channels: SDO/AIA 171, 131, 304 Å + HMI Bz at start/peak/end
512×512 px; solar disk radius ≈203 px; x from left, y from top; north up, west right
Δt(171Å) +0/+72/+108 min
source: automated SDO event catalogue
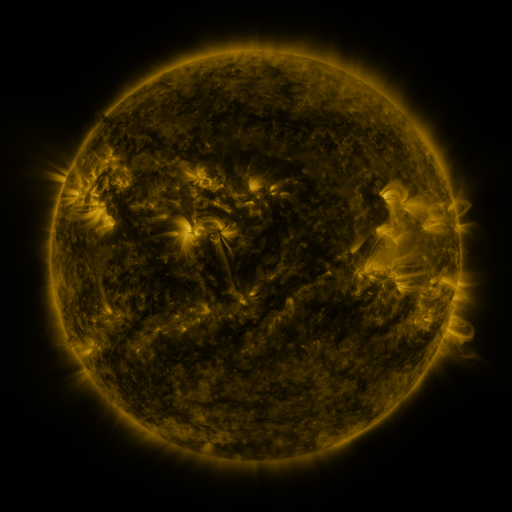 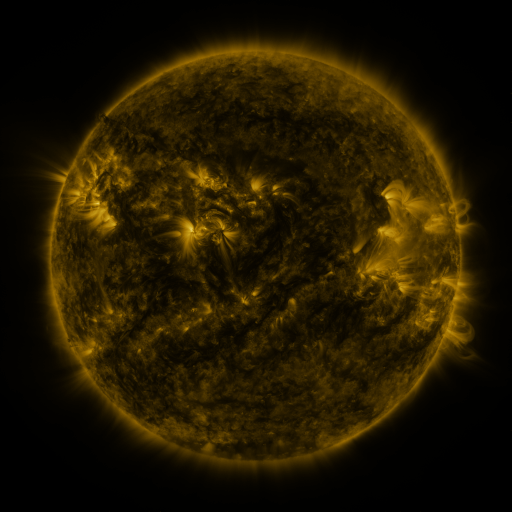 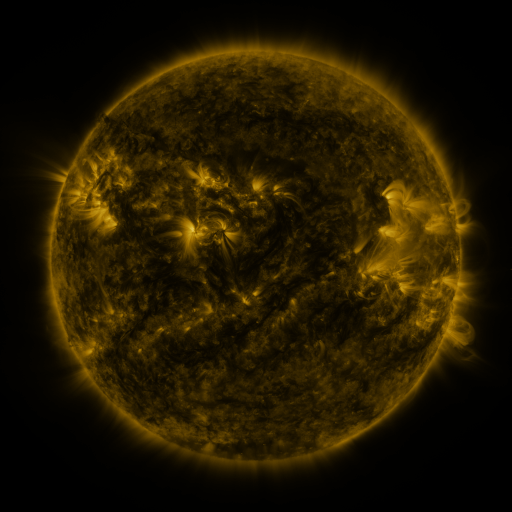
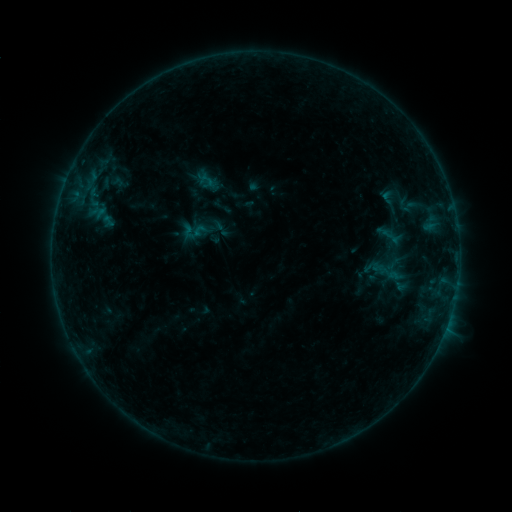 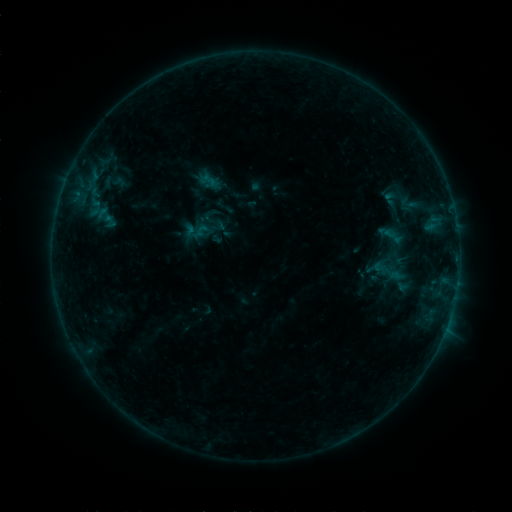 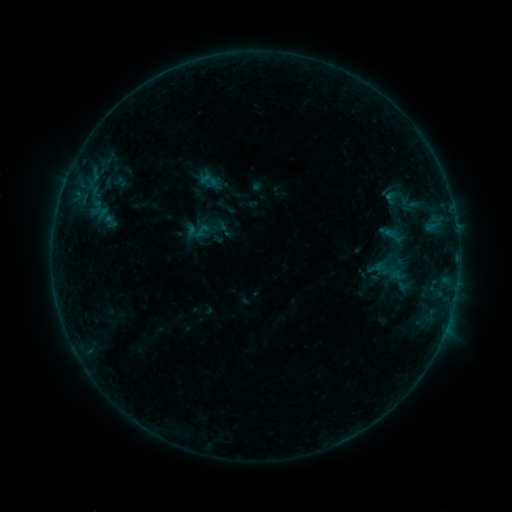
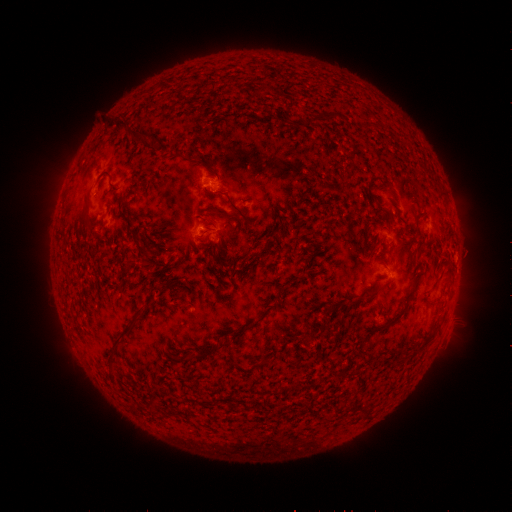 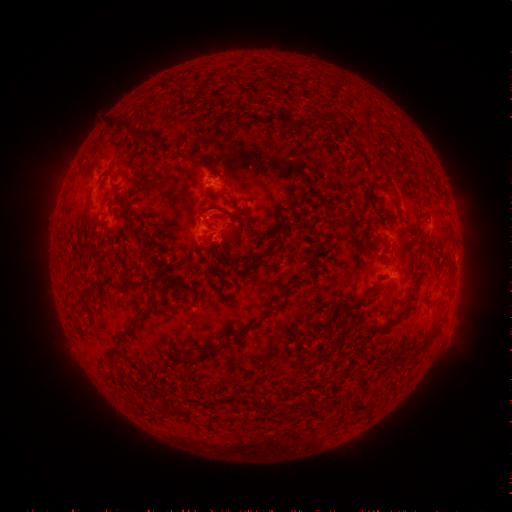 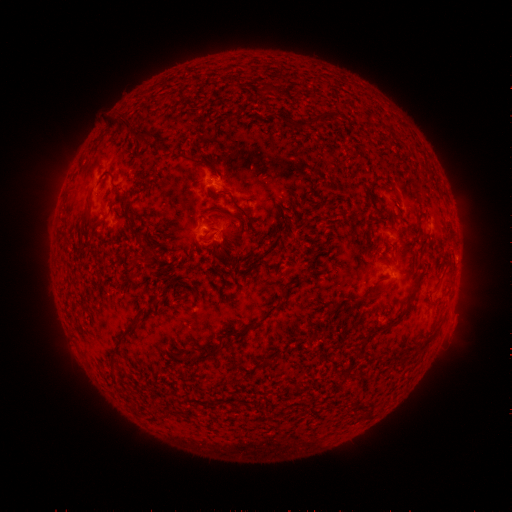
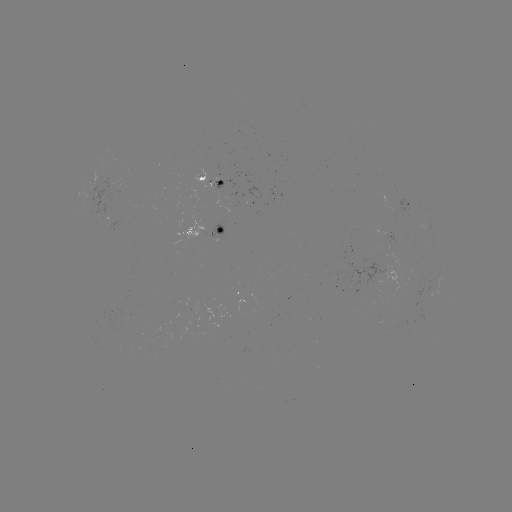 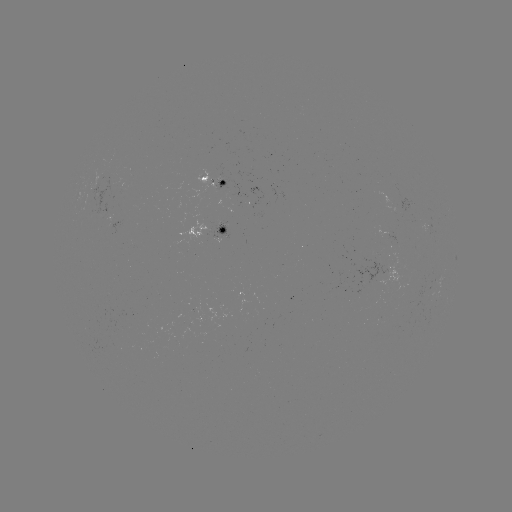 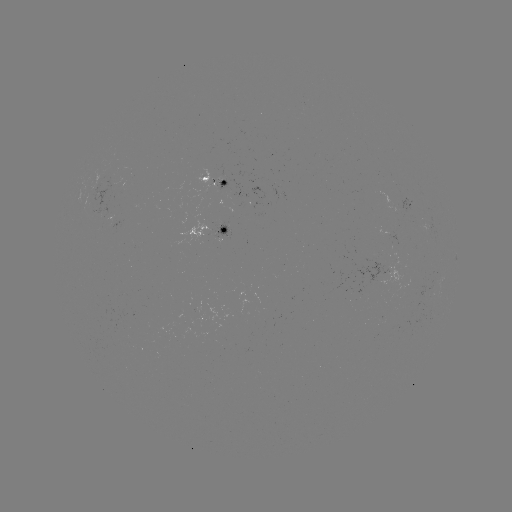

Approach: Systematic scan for emerging-flux region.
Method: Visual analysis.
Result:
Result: emerging-flux region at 187,330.